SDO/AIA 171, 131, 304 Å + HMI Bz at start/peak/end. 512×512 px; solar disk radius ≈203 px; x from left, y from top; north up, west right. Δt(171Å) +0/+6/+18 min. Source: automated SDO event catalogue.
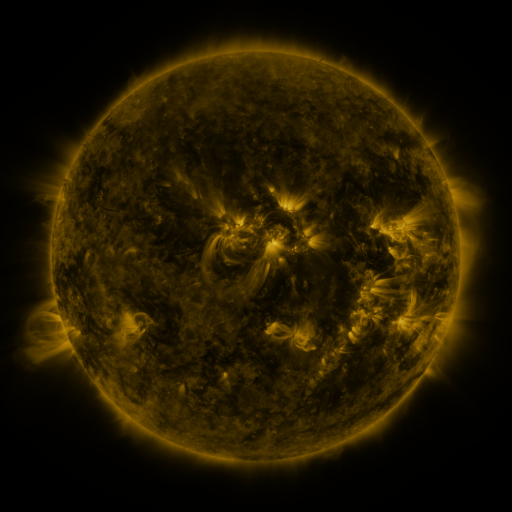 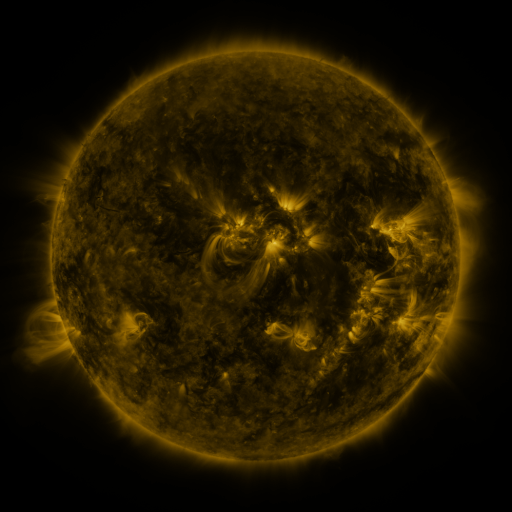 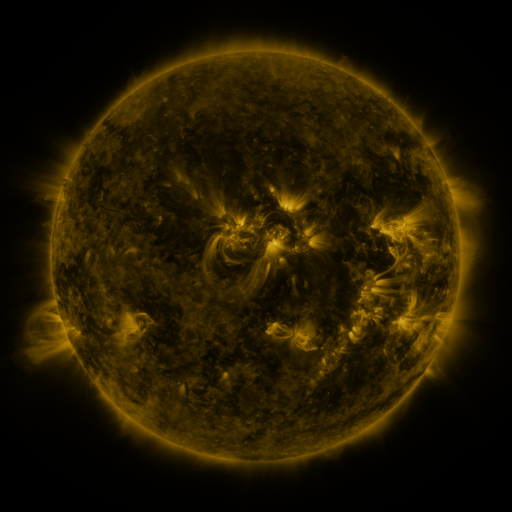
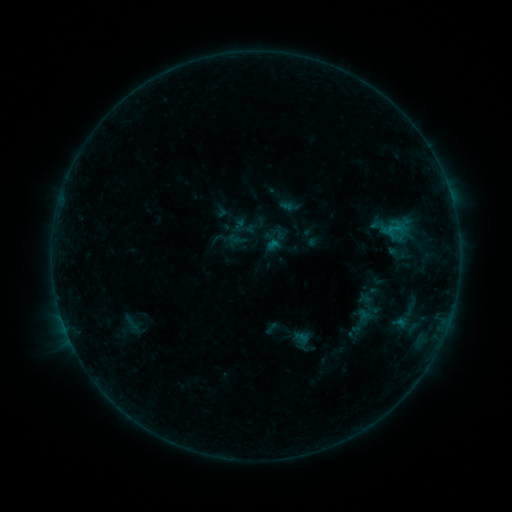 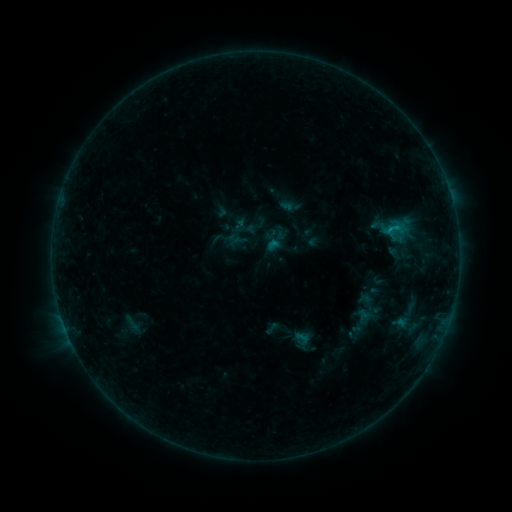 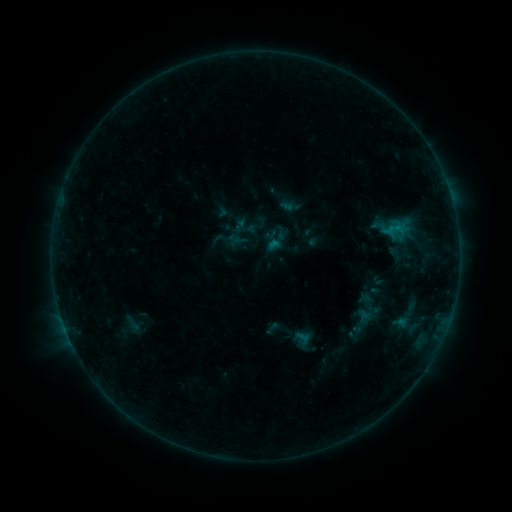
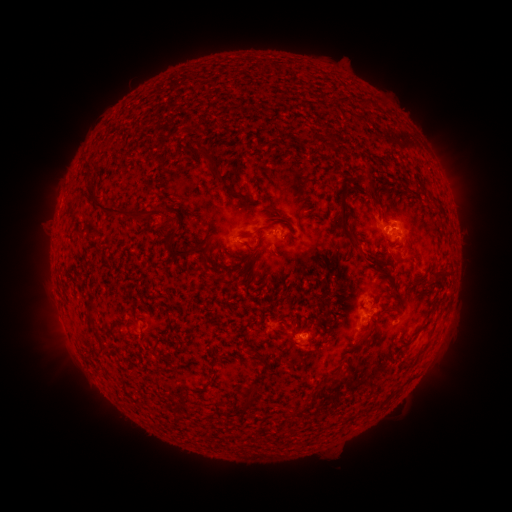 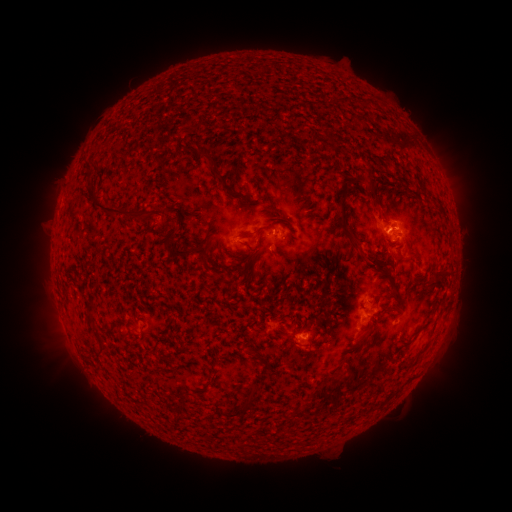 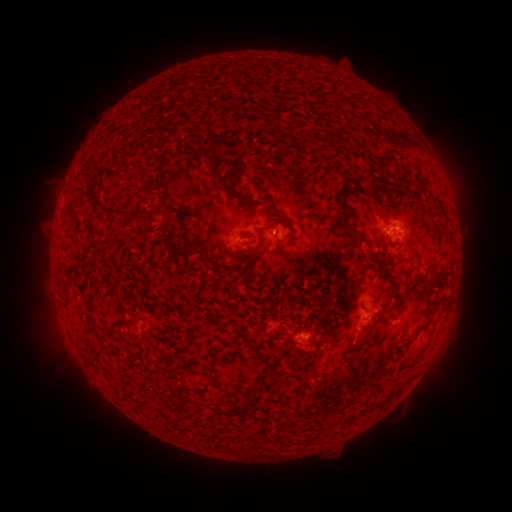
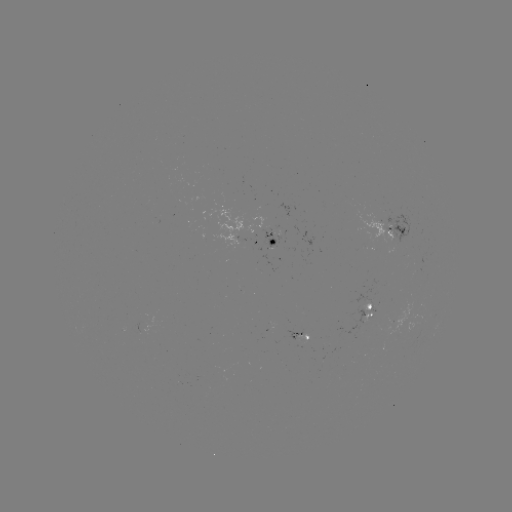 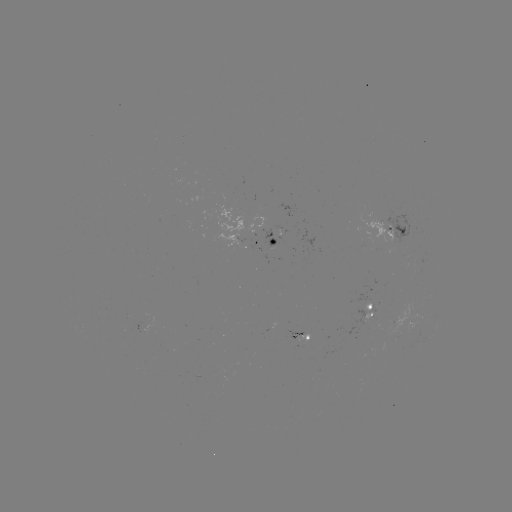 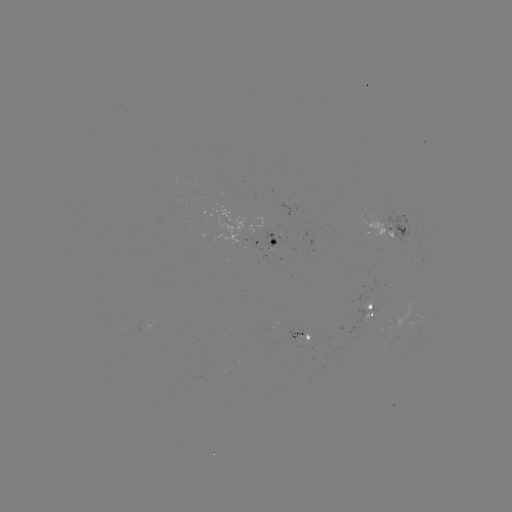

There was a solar flare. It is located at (389, 232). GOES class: B5.4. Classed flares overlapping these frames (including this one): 2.